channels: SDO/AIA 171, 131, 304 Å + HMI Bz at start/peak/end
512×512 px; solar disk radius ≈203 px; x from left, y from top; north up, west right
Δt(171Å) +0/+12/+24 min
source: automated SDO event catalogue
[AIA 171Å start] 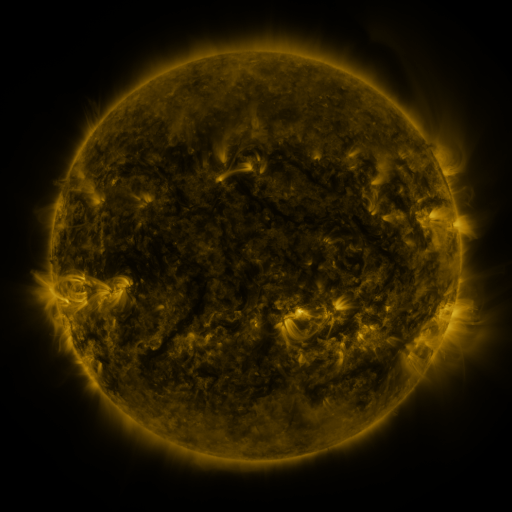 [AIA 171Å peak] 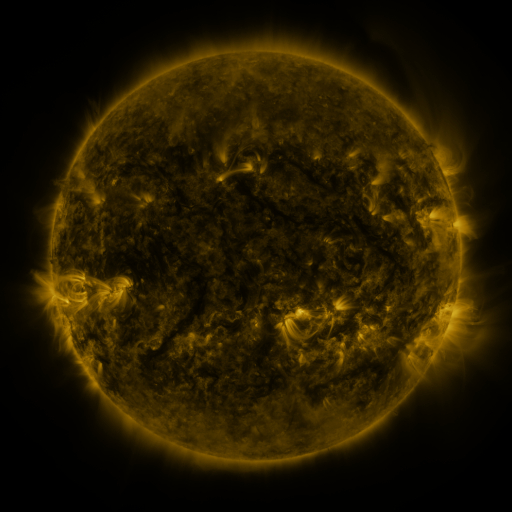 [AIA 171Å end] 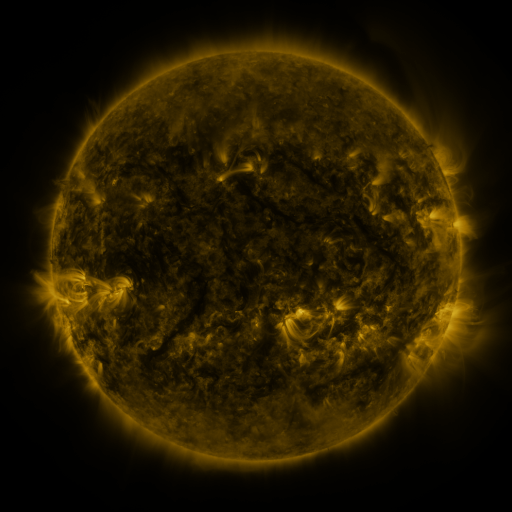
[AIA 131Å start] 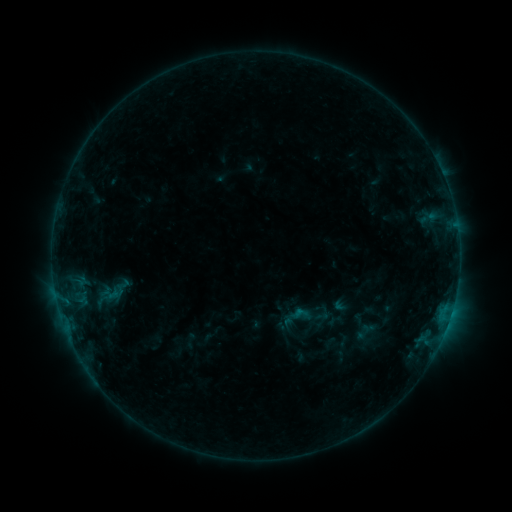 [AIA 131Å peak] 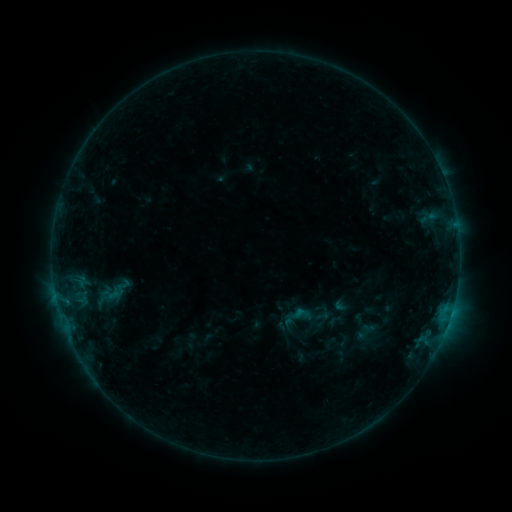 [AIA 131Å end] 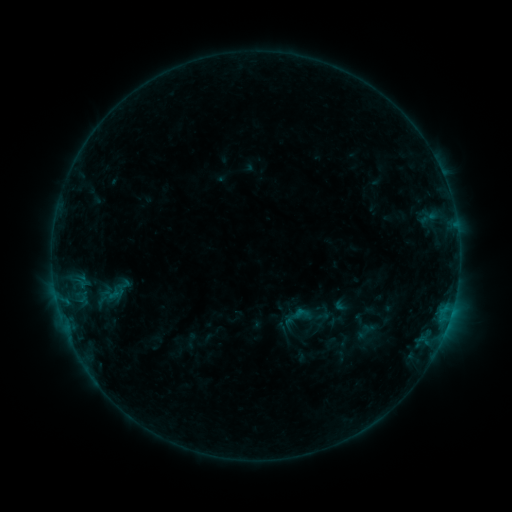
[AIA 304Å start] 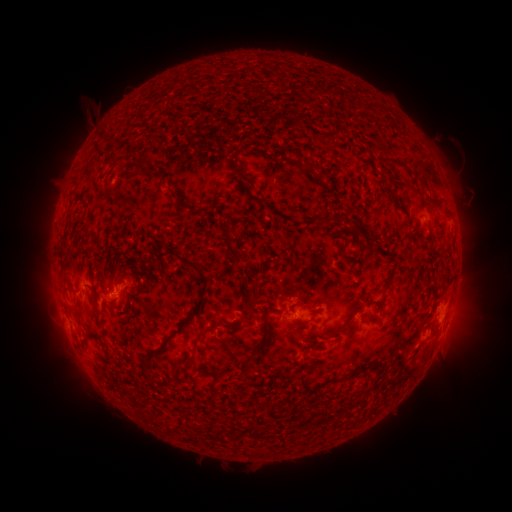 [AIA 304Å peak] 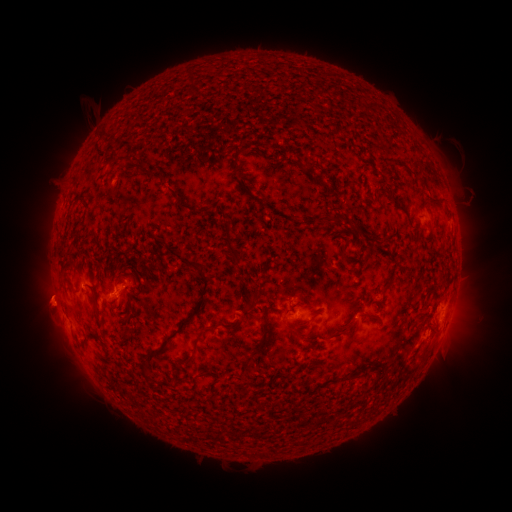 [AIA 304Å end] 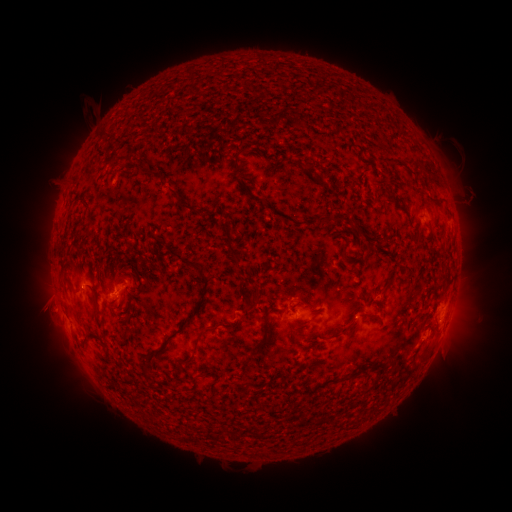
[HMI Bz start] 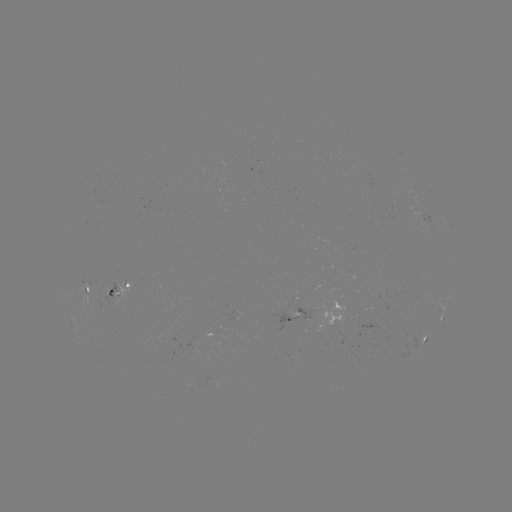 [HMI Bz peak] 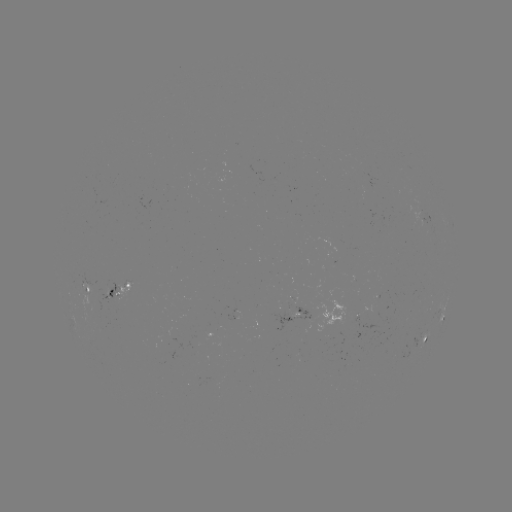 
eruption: (19, 274, 79, 331)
